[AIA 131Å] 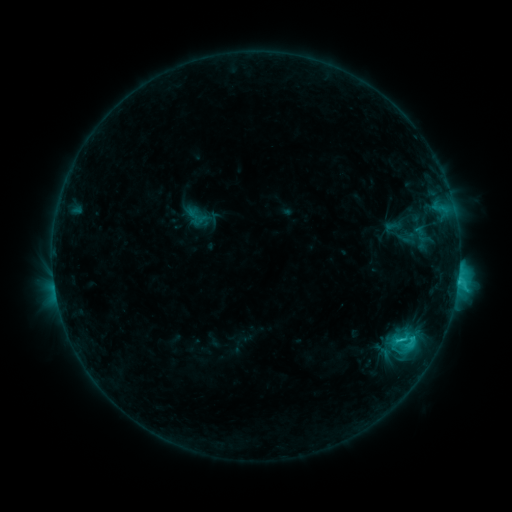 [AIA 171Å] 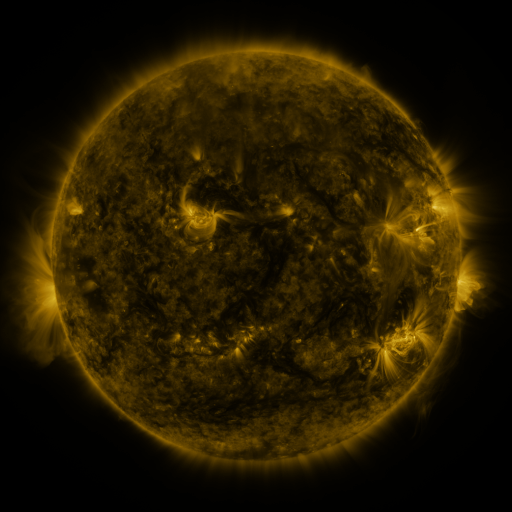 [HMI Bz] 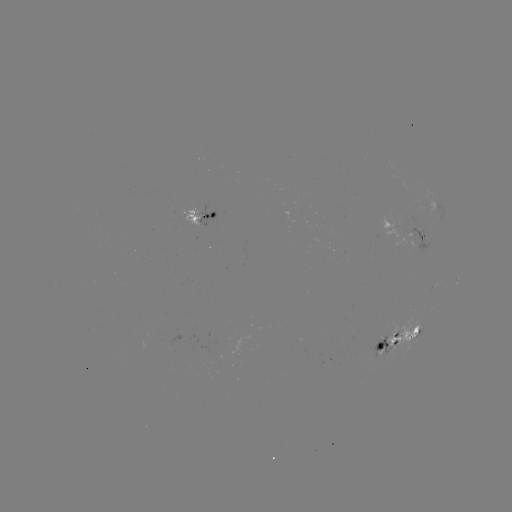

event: sigmoid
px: (196, 217)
